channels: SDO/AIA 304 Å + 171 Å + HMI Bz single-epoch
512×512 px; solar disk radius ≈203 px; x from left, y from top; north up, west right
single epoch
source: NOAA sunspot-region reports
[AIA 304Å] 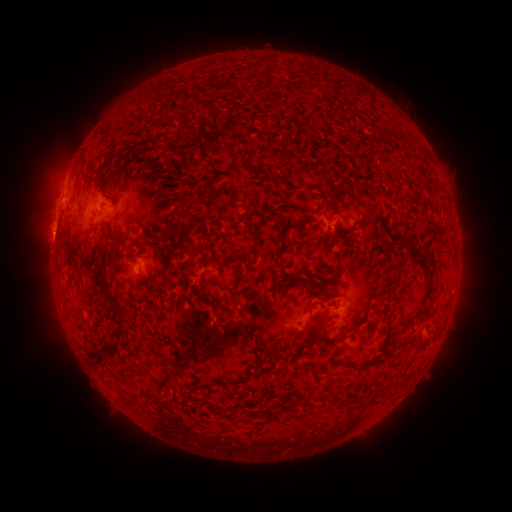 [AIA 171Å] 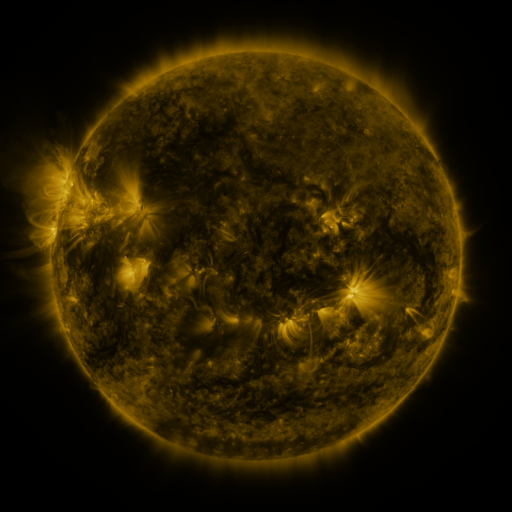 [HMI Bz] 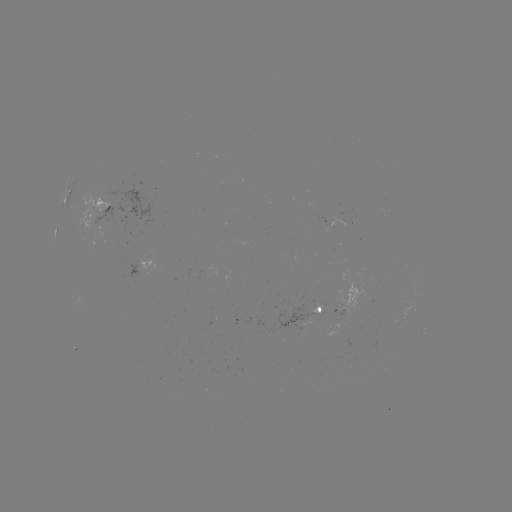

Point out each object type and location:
spotted active region: (98, 212)
spotted active region: (154, 265)
spotted active region: (323, 311)
spotted active region: (341, 311)
